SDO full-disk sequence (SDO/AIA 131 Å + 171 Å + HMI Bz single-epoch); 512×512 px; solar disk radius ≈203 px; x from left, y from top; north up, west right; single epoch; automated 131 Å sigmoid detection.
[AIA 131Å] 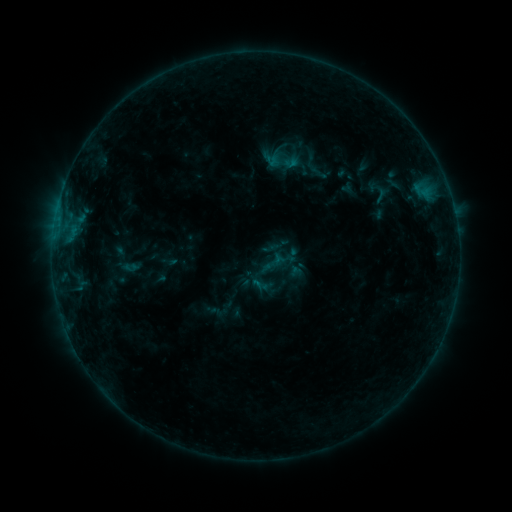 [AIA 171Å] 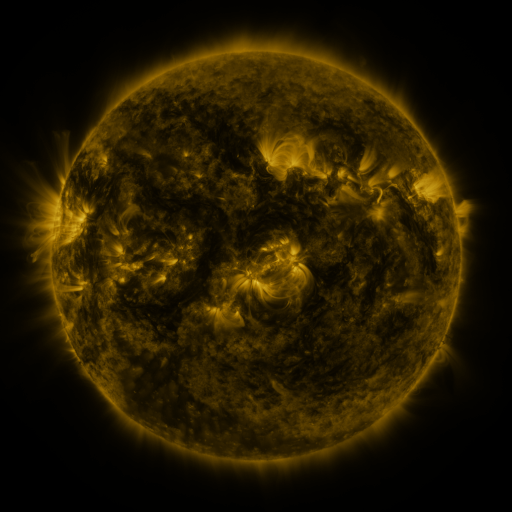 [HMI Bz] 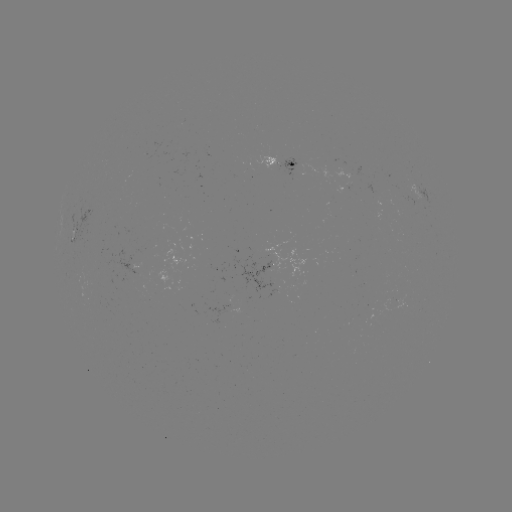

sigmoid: (368, 182, 394, 207)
